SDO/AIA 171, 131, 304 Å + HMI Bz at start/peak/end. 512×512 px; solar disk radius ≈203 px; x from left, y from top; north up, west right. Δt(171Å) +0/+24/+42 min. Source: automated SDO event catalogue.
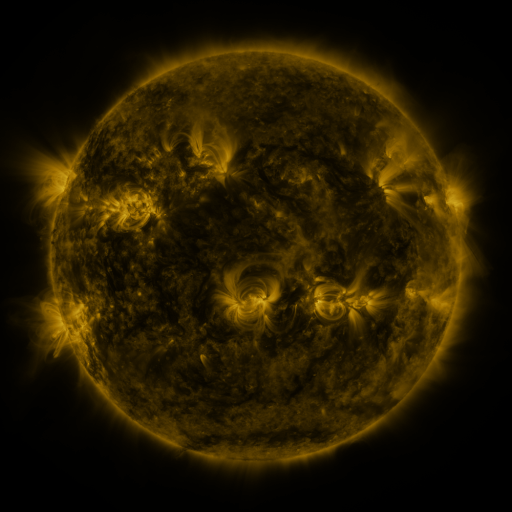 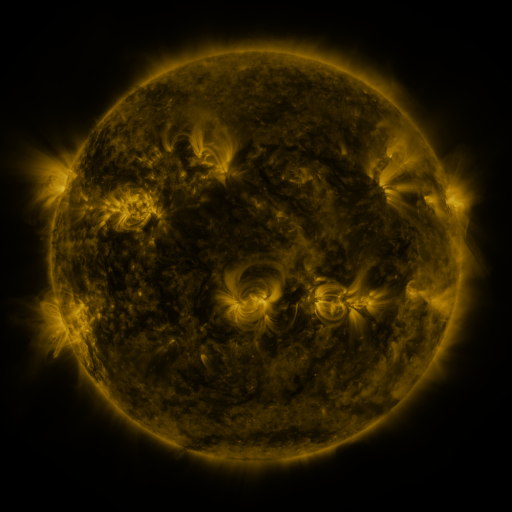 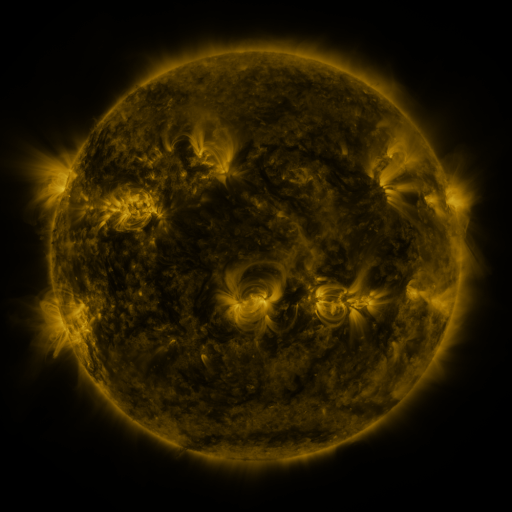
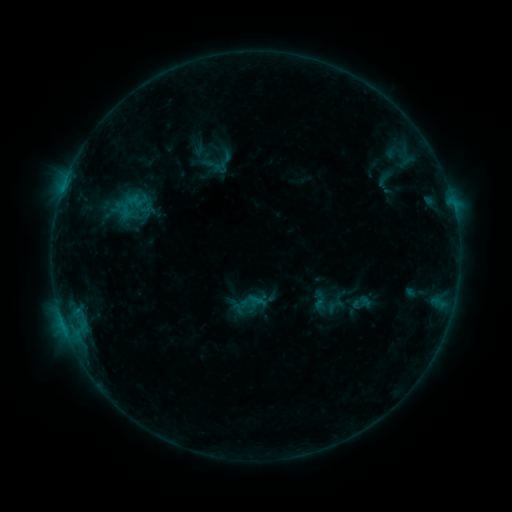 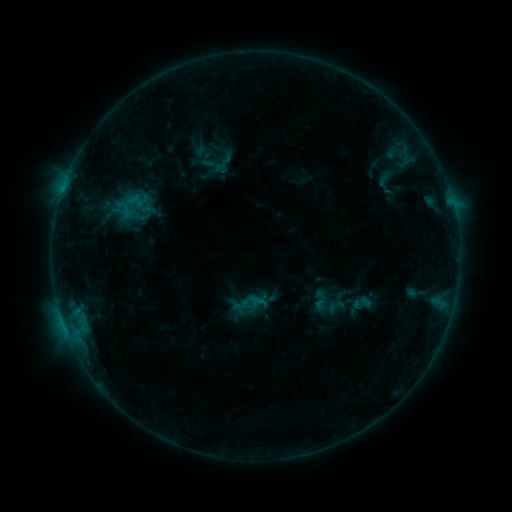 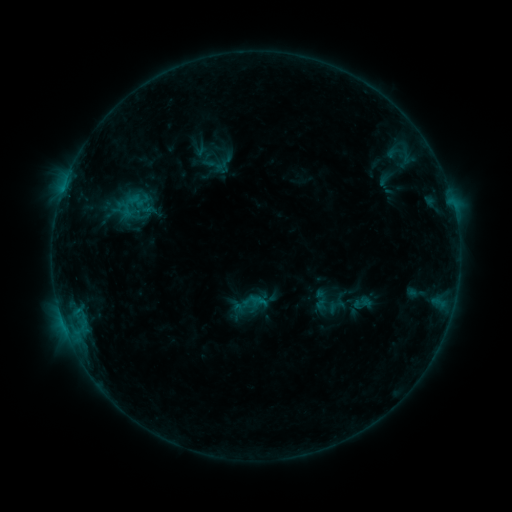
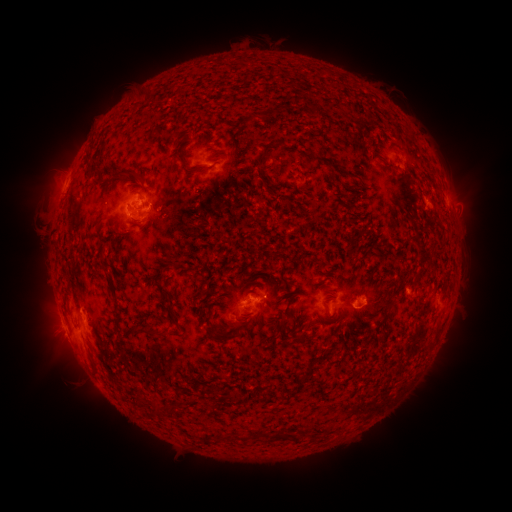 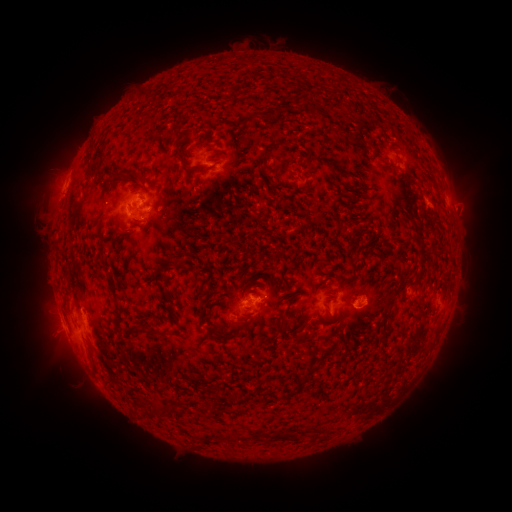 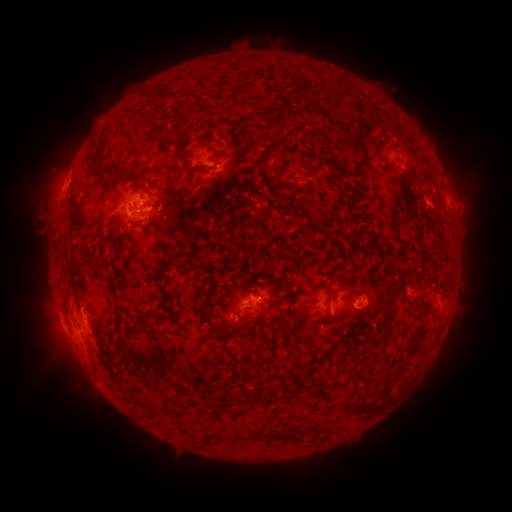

no flare in any classed list; no EUV-trigger detection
